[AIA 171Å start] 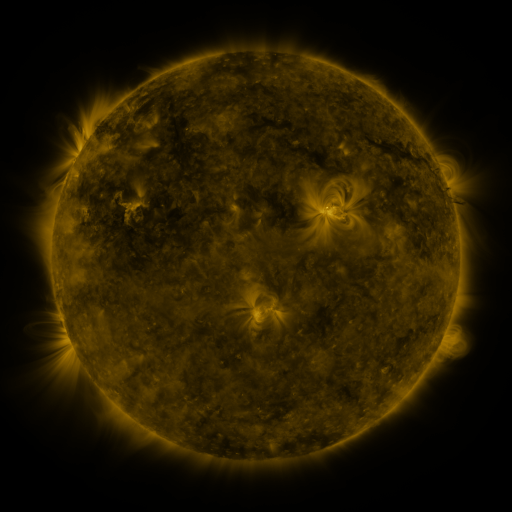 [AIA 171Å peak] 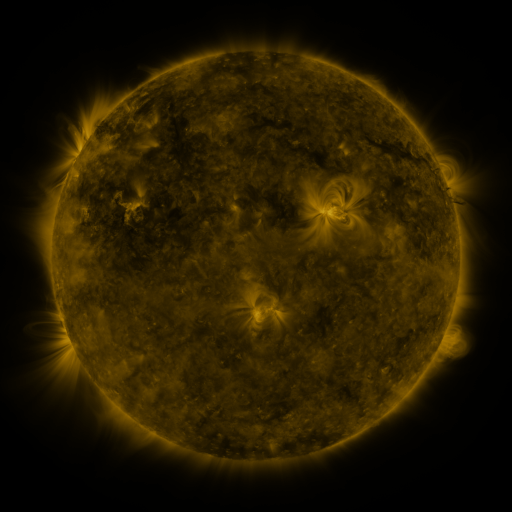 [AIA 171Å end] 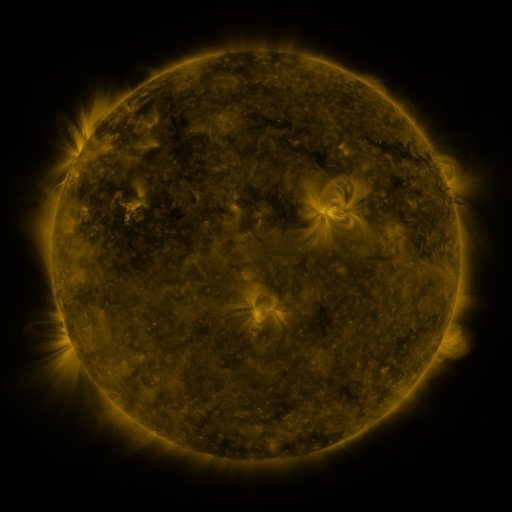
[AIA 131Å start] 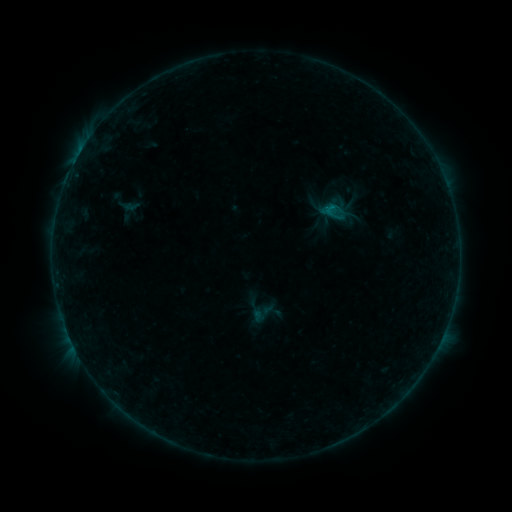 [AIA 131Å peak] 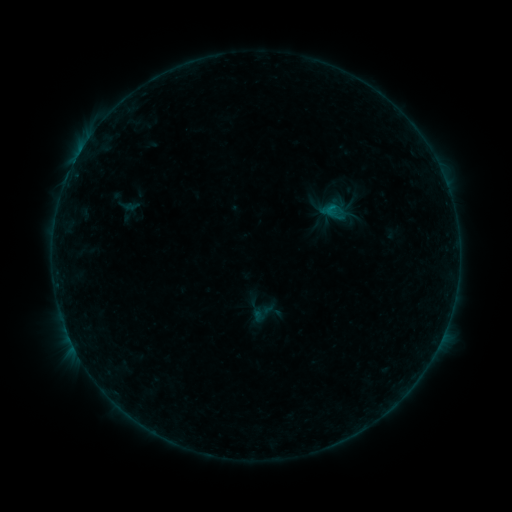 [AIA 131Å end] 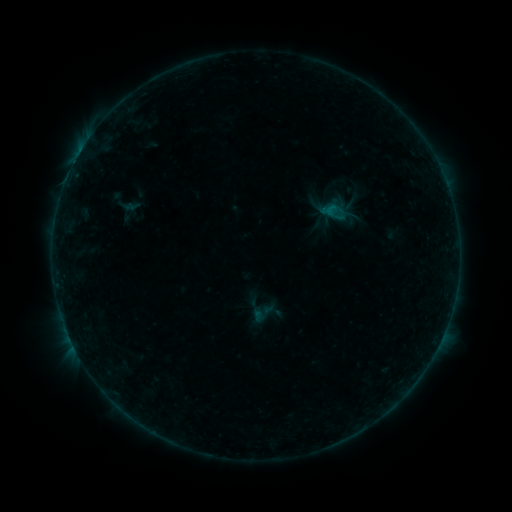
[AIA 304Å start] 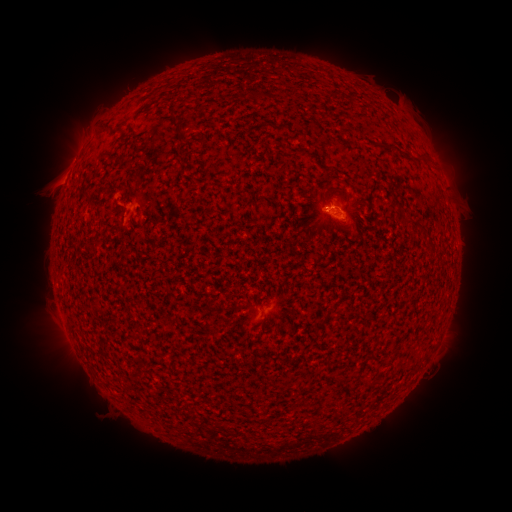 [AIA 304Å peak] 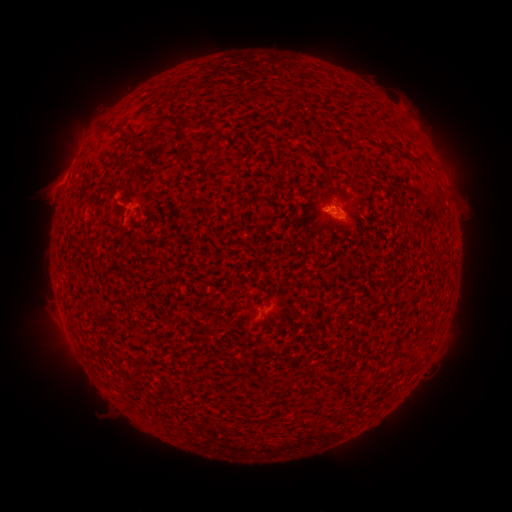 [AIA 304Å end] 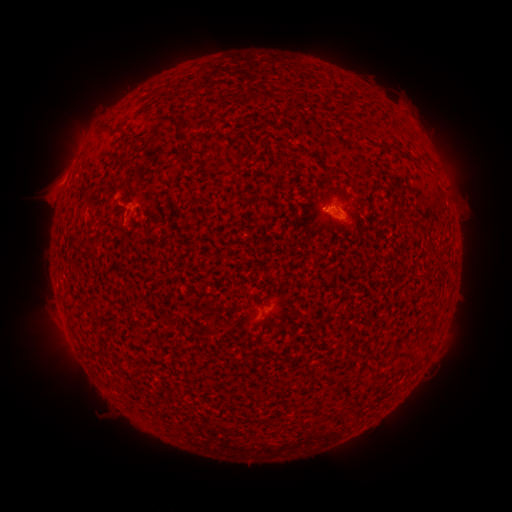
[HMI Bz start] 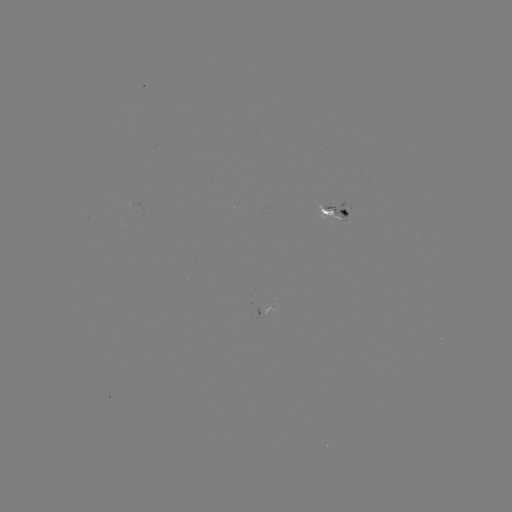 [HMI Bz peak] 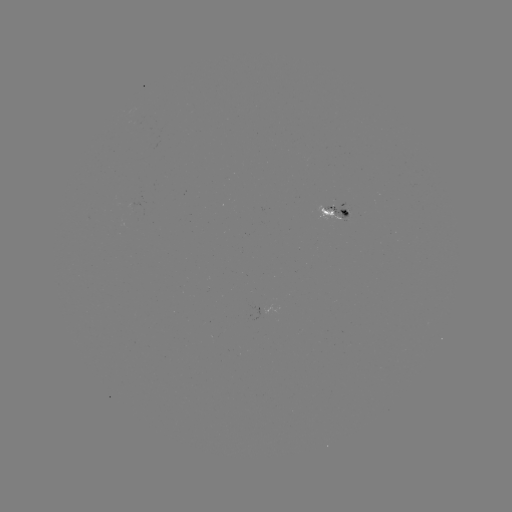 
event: flare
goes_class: B2.7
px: (326, 209)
